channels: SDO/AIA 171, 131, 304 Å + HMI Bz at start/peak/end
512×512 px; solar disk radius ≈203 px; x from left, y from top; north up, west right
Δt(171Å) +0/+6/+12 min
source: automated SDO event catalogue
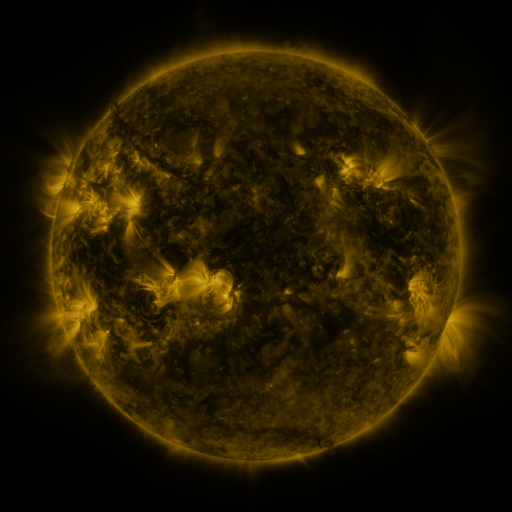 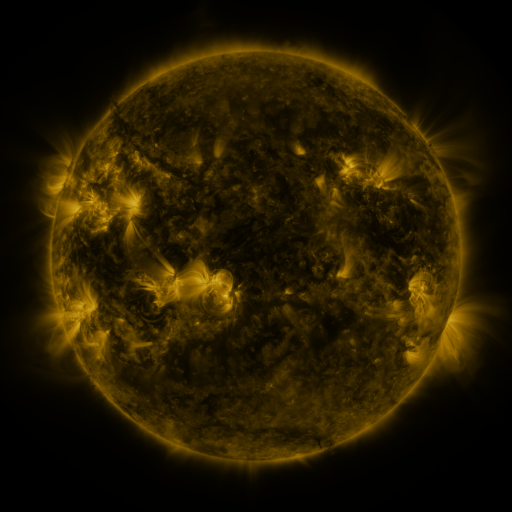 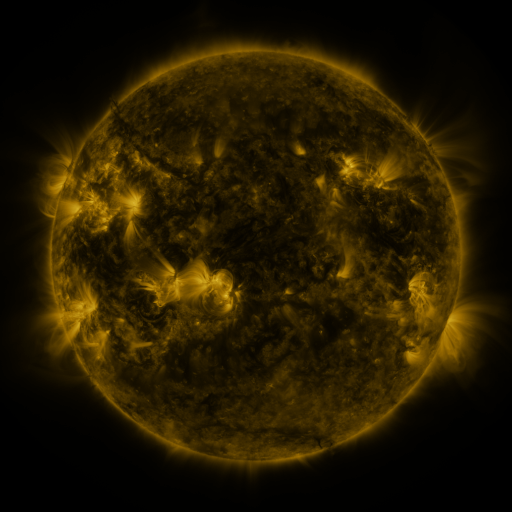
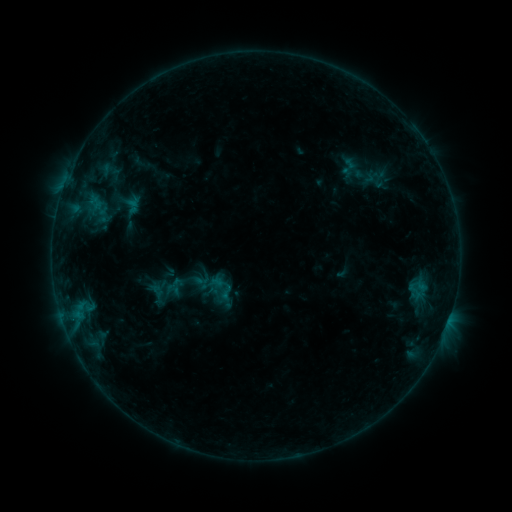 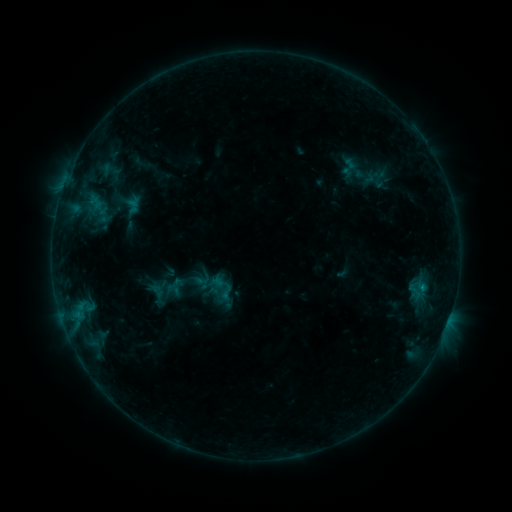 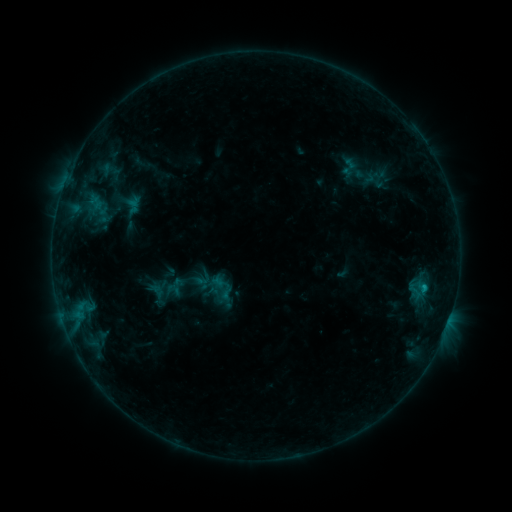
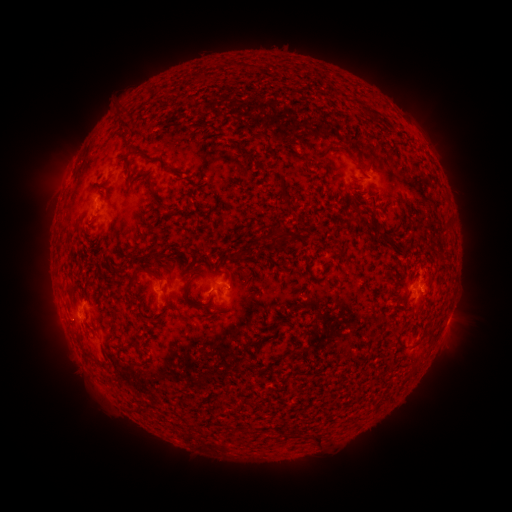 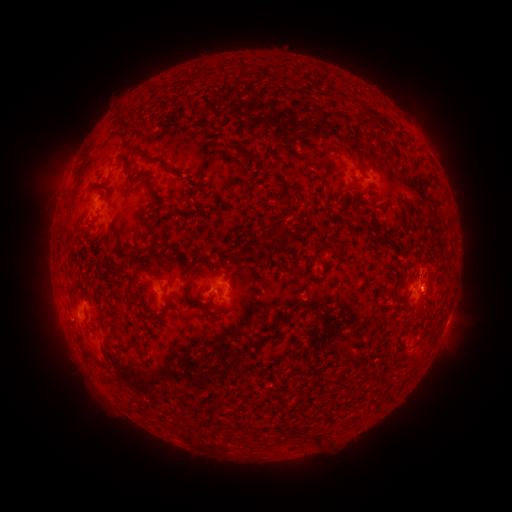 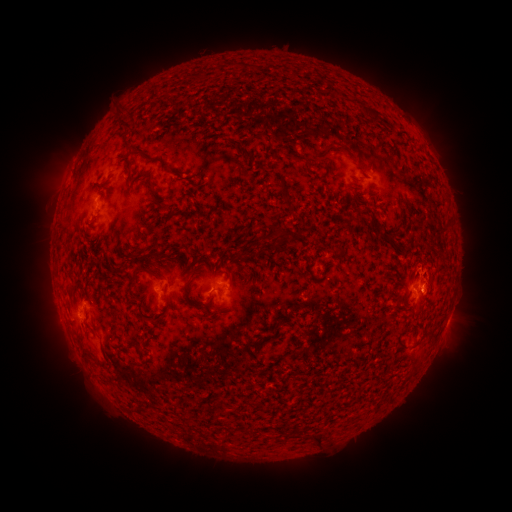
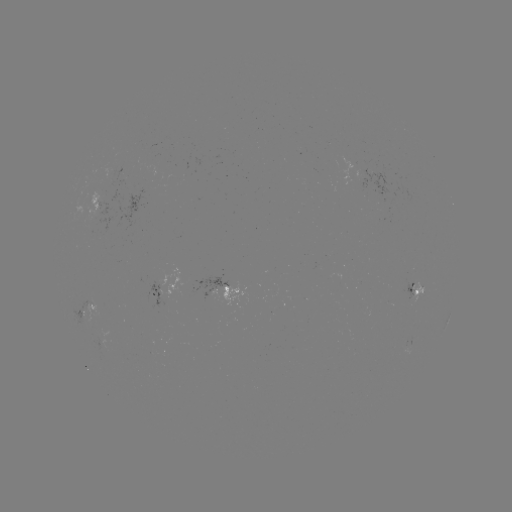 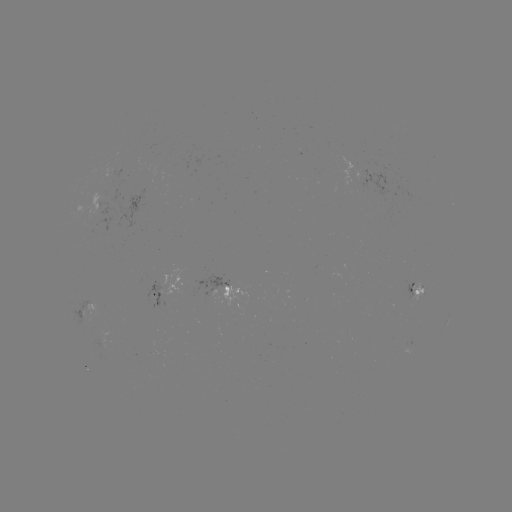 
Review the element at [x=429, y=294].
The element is eruption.